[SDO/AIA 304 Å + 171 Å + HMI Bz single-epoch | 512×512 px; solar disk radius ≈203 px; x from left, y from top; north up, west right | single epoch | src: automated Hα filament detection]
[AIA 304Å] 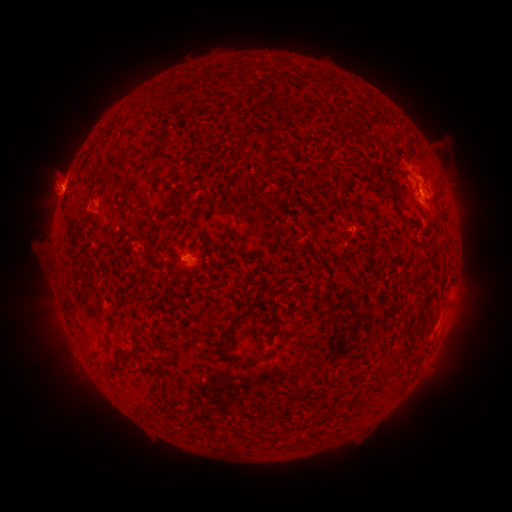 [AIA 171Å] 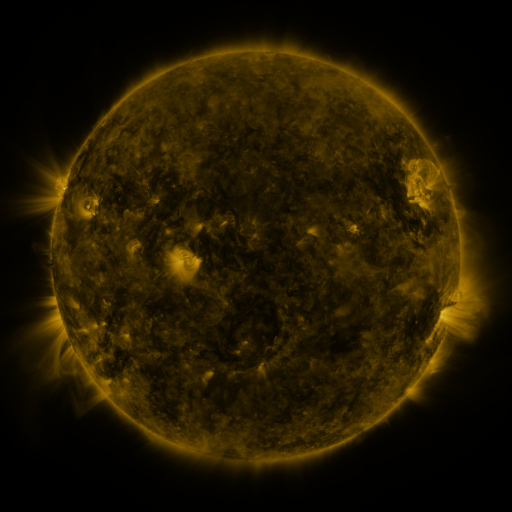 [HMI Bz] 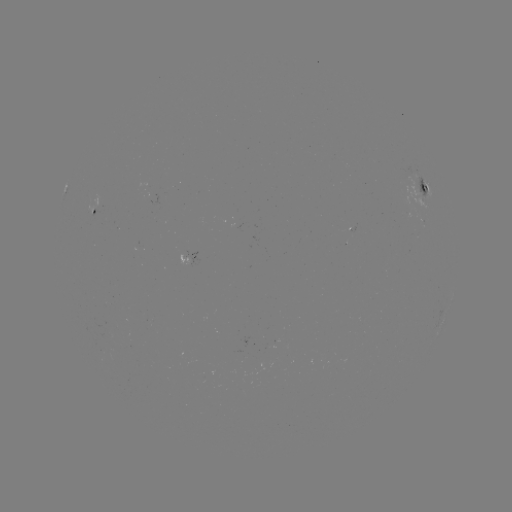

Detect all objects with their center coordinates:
filament: [266, 131, 273, 145]
filament: [146, 171, 157, 184]
filament: [83, 177, 92, 194]
filament: [98, 179, 112, 196]
filament: [115, 181, 125, 188]
filament: [382, 194, 410, 227]
filament: [173, 197, 190, 219]
filament: [220, 204, 236, 215]
filament: [414, 223, 422, 233]
filament: [216, 309, 249, 360]
filament: [109, 317, 118, 326]
filament: [86, 345, 107, 358]
filament: [243, 350, 272, 365]
filament: [114, 353, 126, 364]
filament: [380, 369, 395, 378]
